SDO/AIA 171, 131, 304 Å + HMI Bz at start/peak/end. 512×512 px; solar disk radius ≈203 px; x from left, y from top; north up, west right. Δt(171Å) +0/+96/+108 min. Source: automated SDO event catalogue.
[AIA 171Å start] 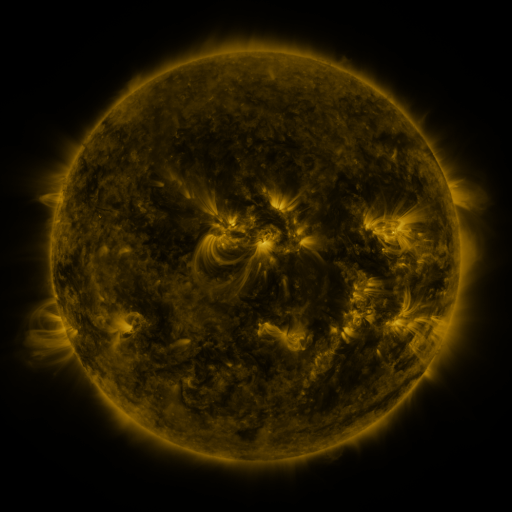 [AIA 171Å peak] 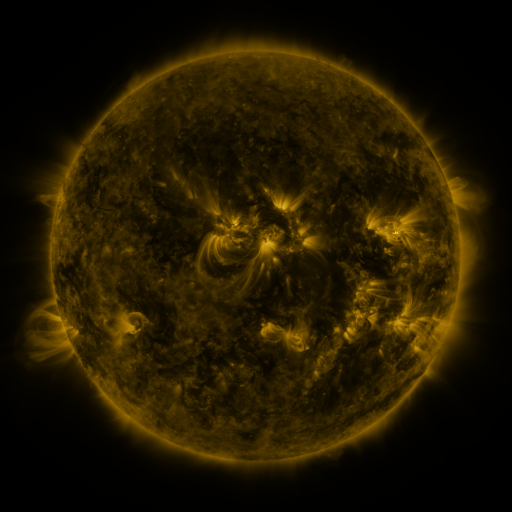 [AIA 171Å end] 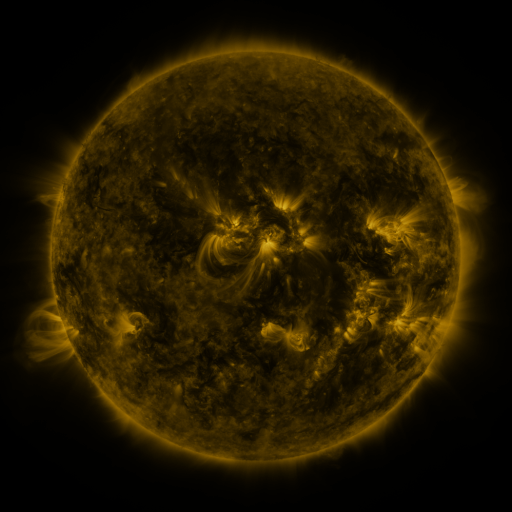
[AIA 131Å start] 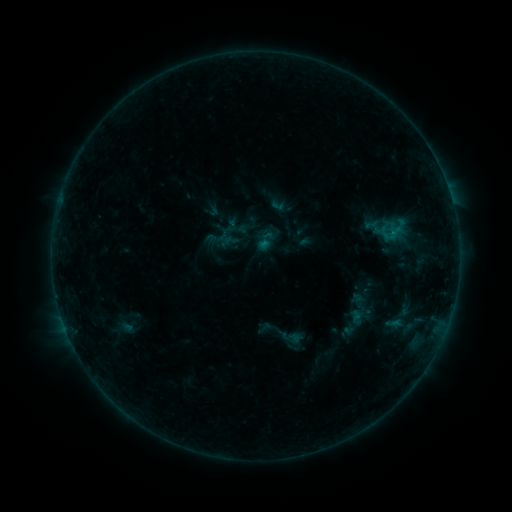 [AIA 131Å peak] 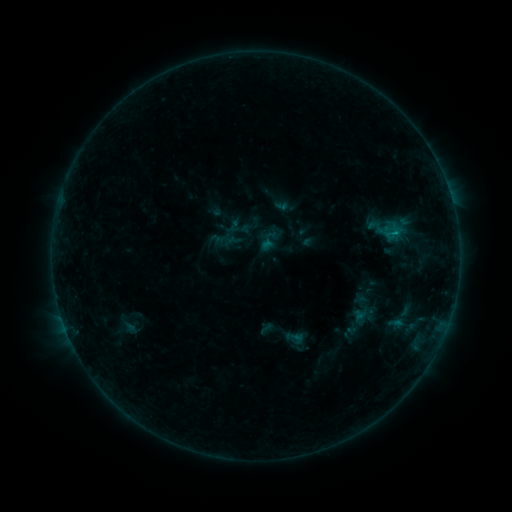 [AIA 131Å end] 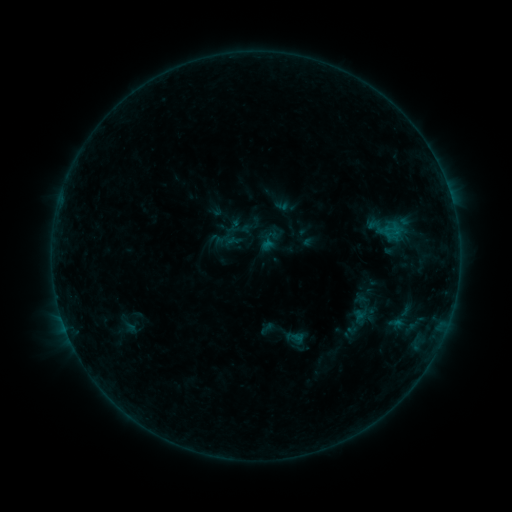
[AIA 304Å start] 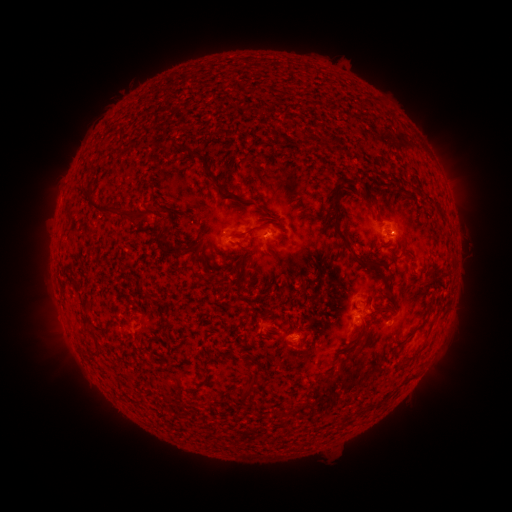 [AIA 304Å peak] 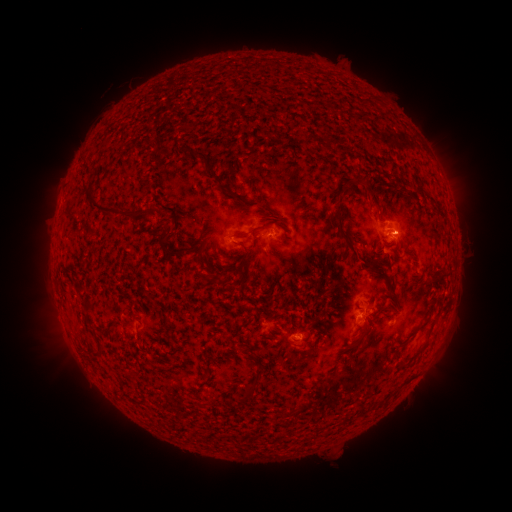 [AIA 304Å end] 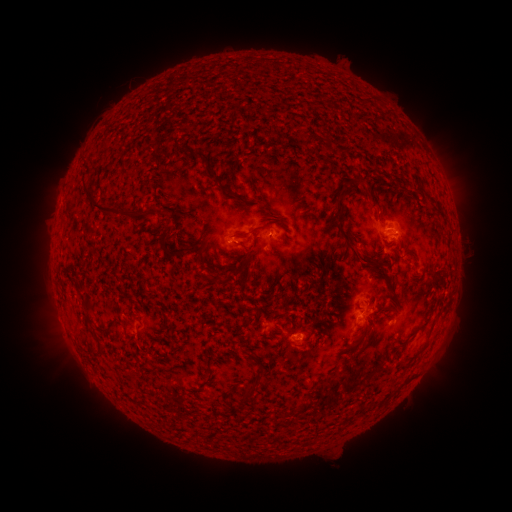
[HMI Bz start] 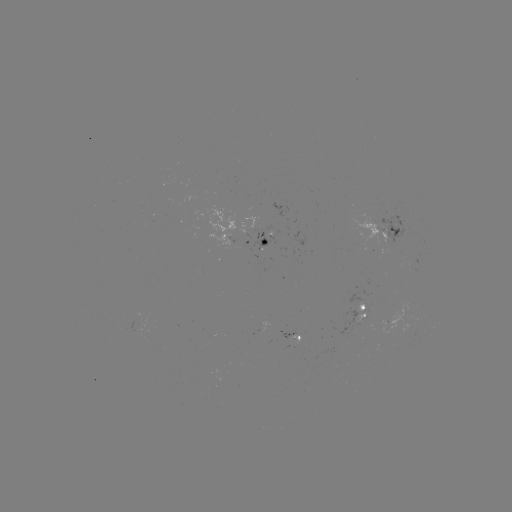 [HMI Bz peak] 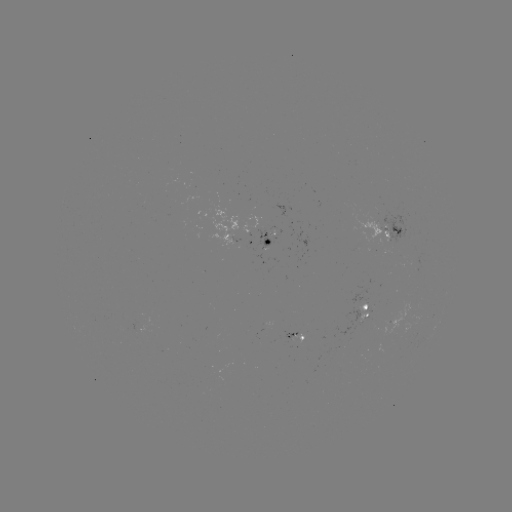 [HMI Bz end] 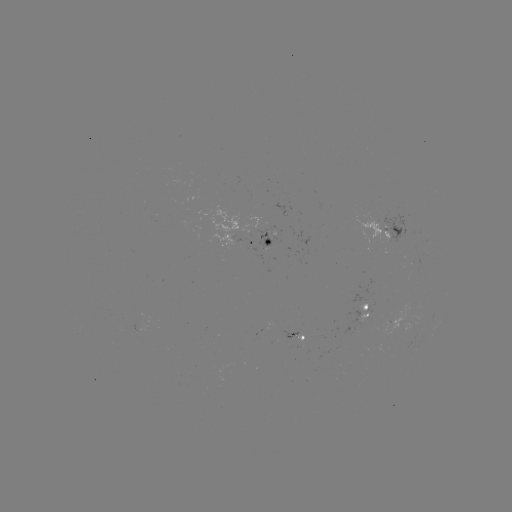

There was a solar emerging-flux region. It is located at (378, 229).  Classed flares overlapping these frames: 1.